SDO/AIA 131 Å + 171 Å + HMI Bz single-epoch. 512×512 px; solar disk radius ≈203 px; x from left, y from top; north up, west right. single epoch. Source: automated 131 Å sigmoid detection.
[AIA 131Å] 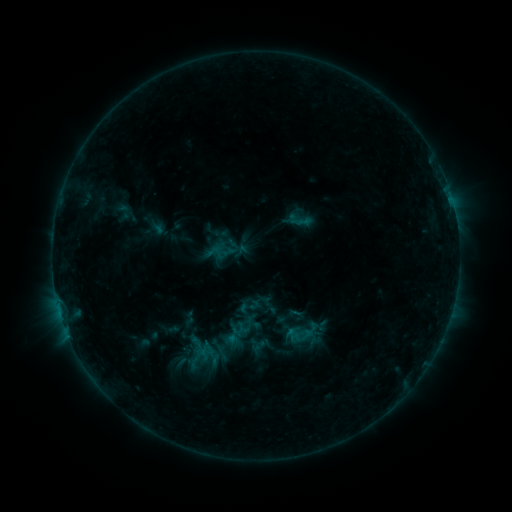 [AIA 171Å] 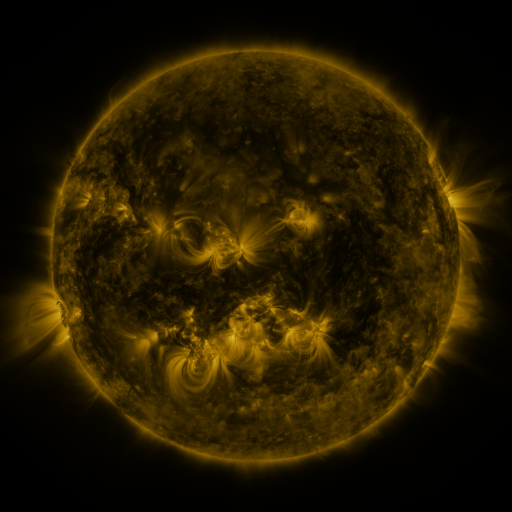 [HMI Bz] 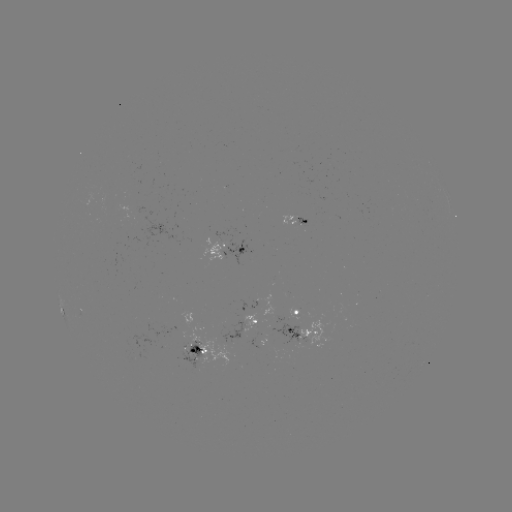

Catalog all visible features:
sigmoid: [237, 294, 262, 318]
sigmoid: [289, 306, 305, 322]
sigmoid: [248, 334, 267, 353]
sigmoid: [211, 343, 232, 361]
